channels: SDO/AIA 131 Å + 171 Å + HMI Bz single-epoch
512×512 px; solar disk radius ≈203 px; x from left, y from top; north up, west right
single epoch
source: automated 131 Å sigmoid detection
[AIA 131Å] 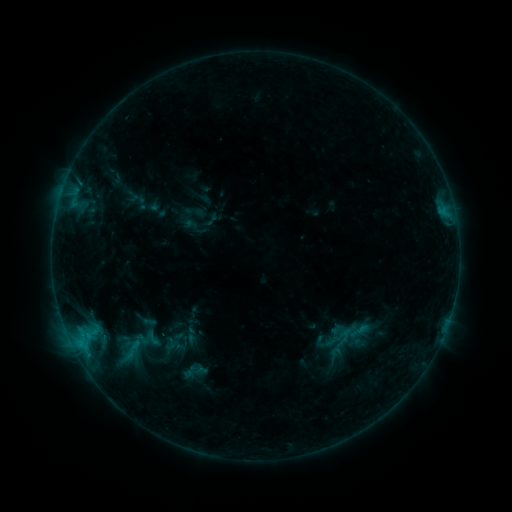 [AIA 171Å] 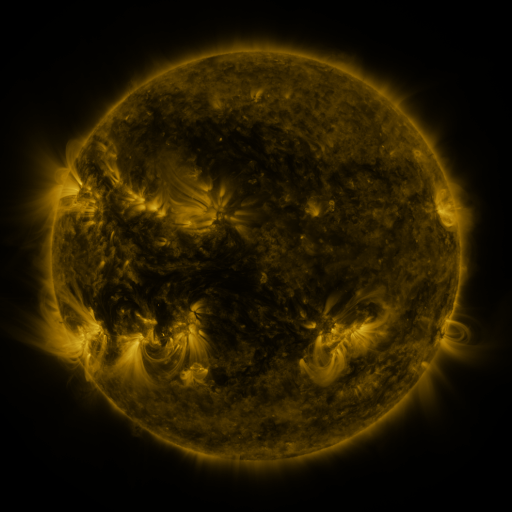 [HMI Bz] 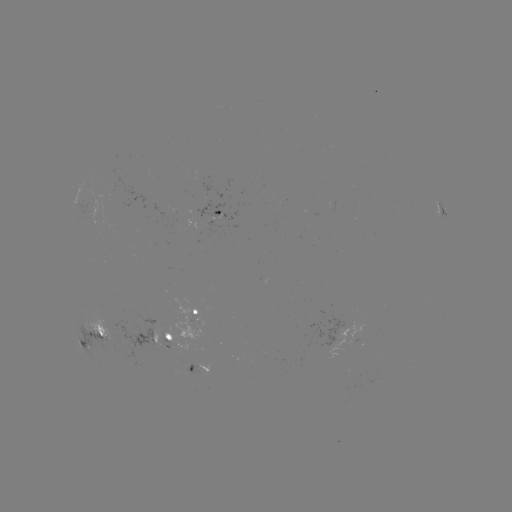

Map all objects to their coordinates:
sigmoid: <bbox>140, 327, 166, 349</bbox>
sigmoid: <bbox>109, 336, 152, 367</bbox>
